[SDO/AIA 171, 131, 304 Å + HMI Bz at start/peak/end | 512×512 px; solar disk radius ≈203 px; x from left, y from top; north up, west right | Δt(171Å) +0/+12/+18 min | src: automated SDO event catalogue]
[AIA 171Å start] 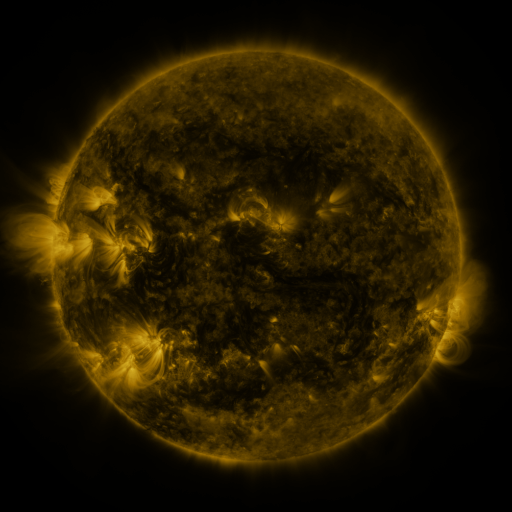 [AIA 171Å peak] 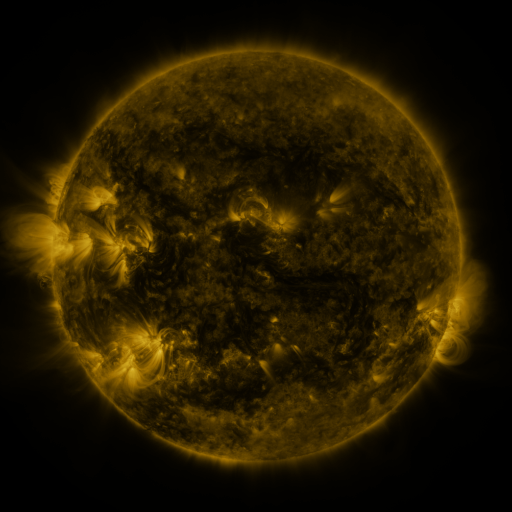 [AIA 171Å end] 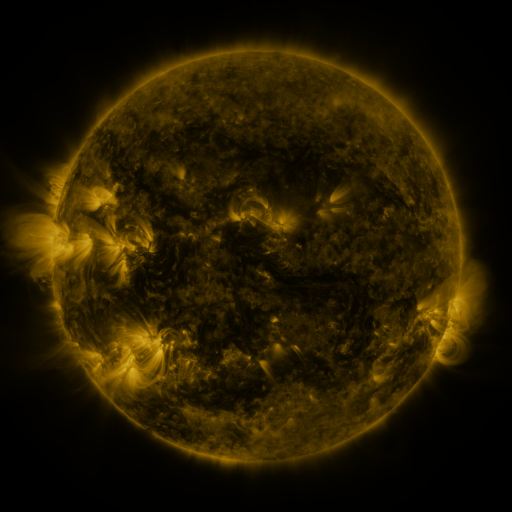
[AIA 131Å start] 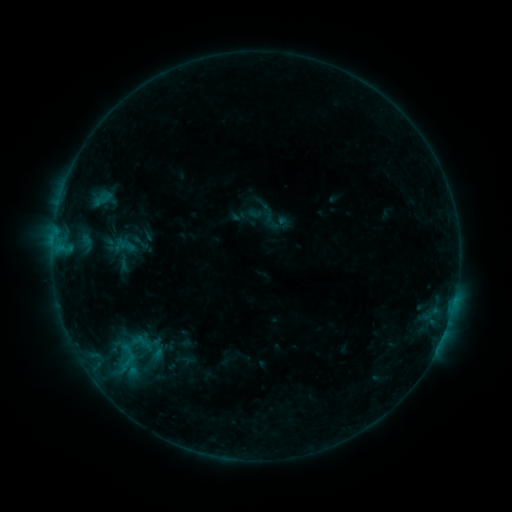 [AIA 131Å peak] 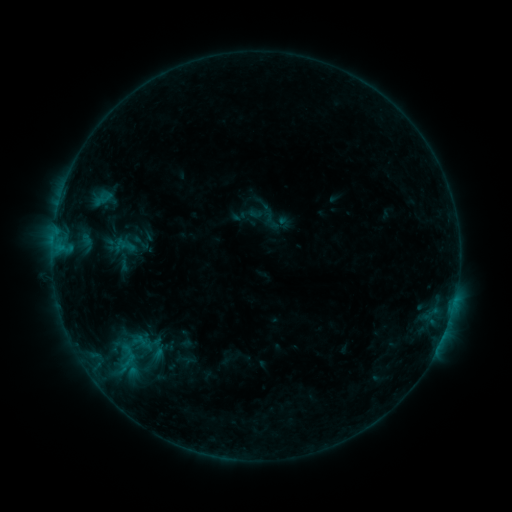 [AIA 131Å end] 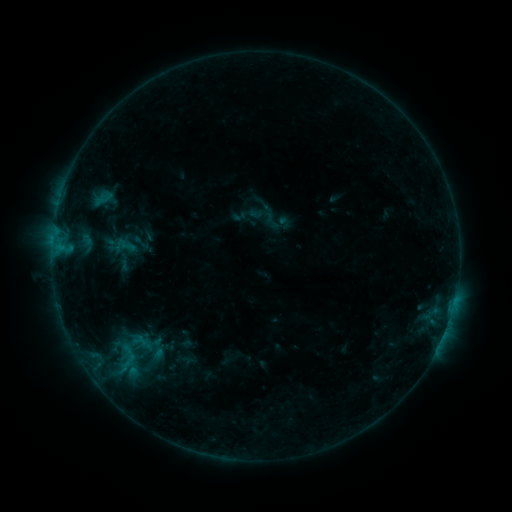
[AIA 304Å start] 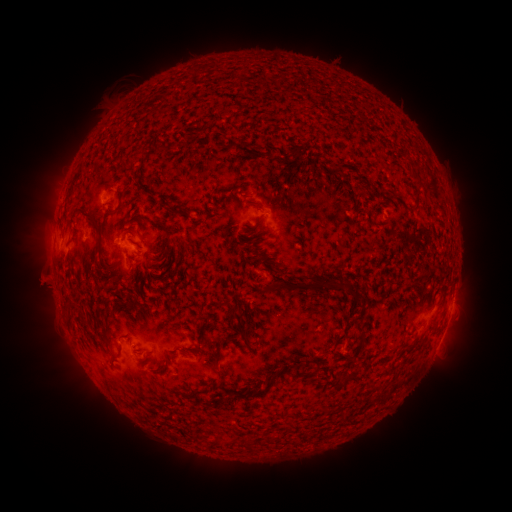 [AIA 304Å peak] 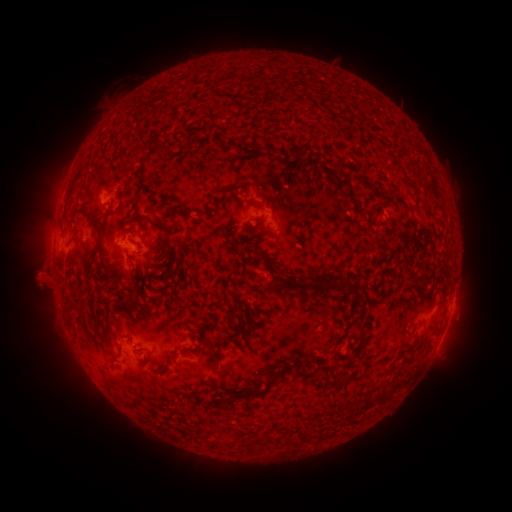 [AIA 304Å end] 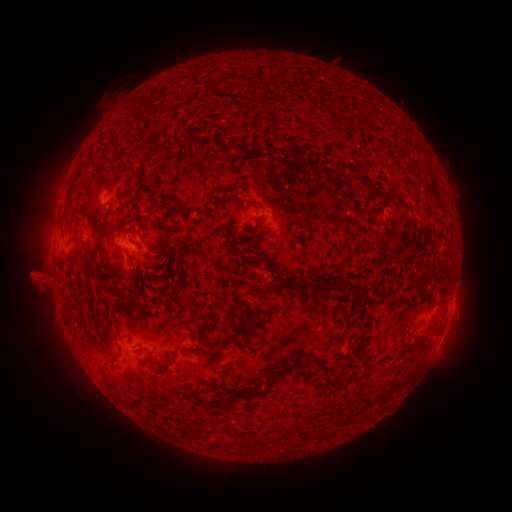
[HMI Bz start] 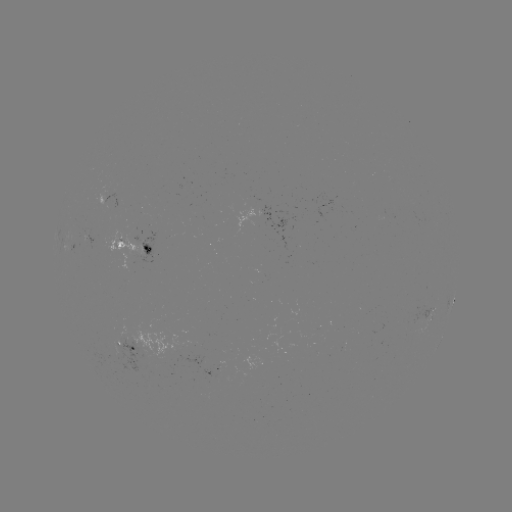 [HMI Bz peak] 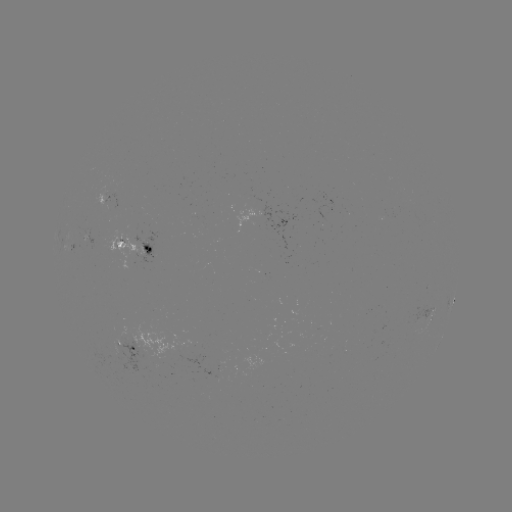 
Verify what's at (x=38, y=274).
eruption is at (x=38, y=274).